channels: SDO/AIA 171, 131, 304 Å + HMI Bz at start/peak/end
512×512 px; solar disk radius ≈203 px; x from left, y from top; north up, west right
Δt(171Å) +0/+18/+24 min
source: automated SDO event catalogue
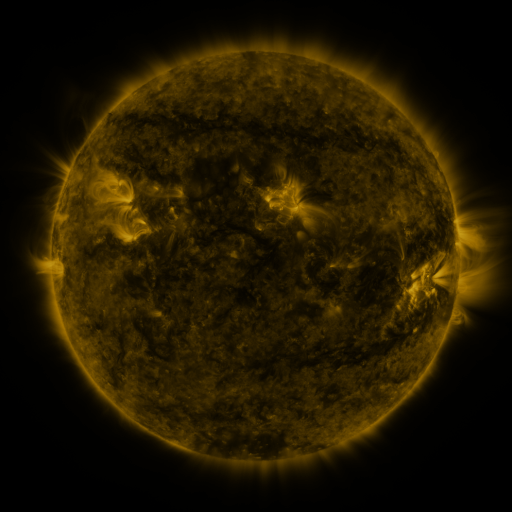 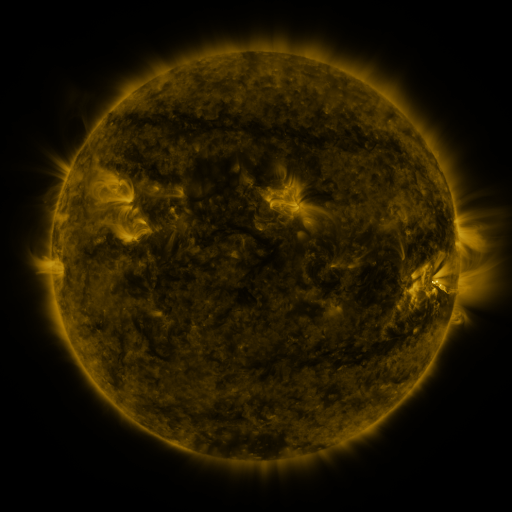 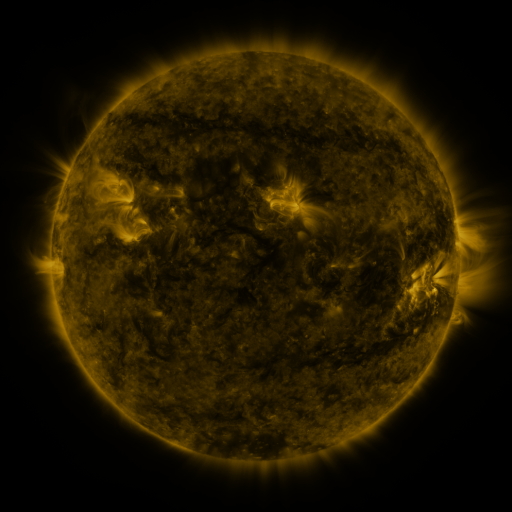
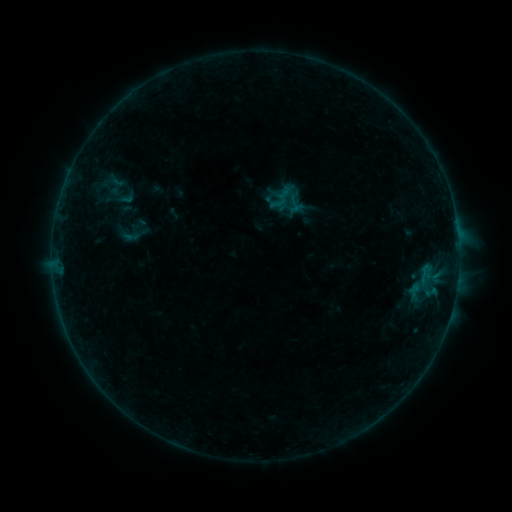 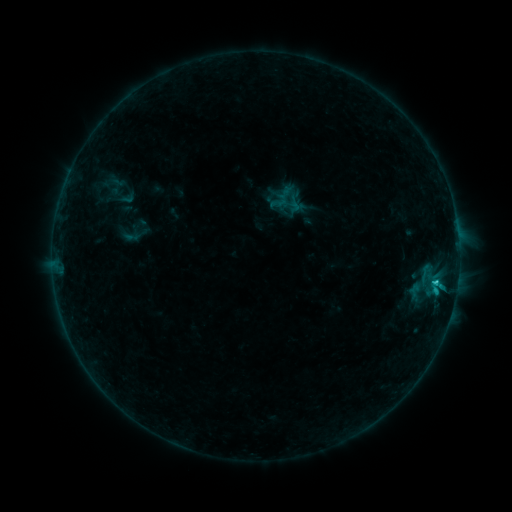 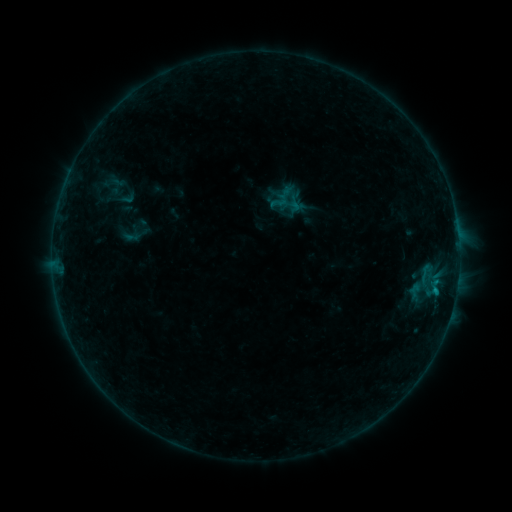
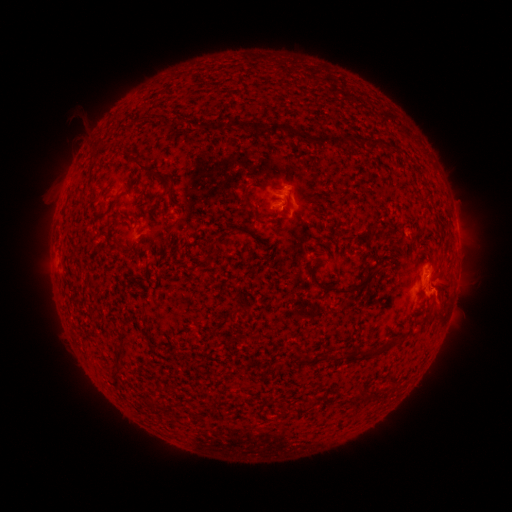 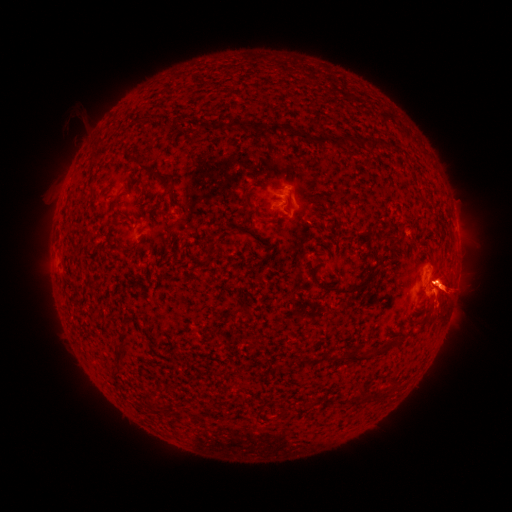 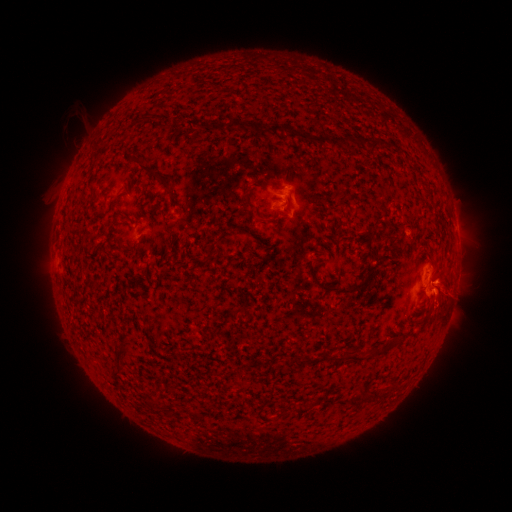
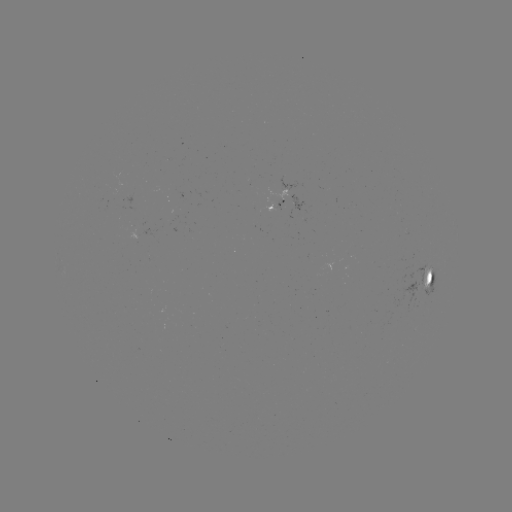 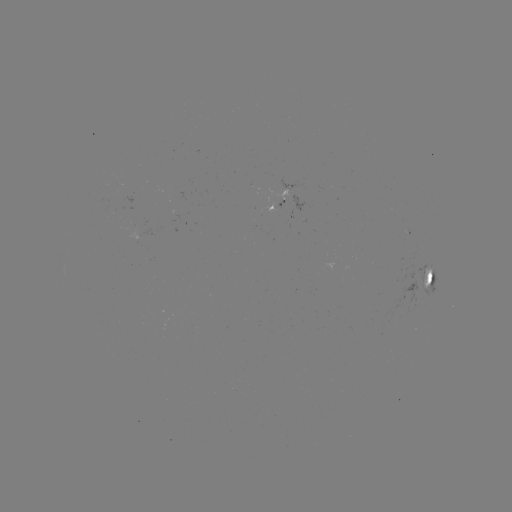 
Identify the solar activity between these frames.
B9.5 flare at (435, 281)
